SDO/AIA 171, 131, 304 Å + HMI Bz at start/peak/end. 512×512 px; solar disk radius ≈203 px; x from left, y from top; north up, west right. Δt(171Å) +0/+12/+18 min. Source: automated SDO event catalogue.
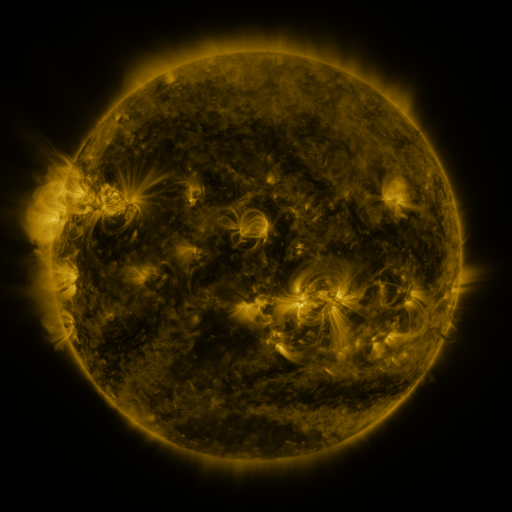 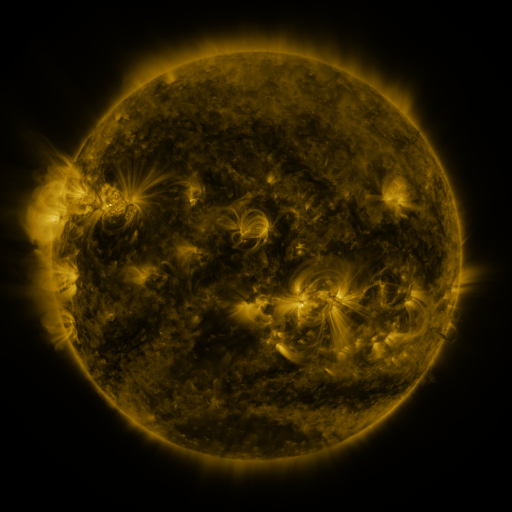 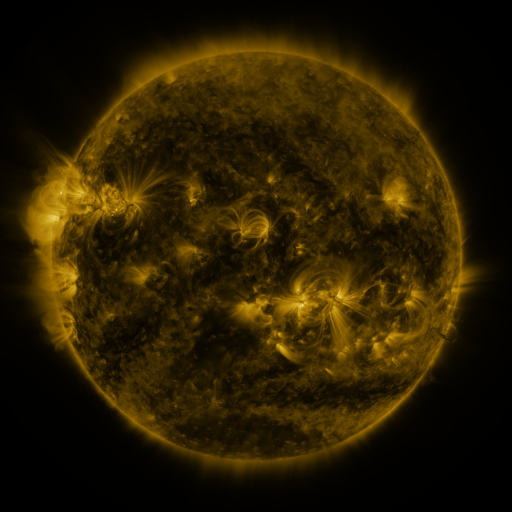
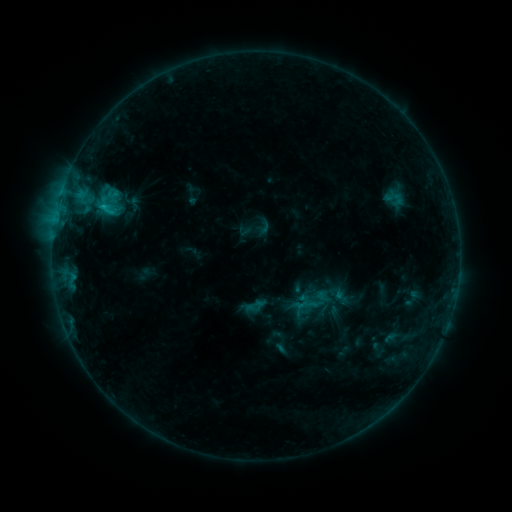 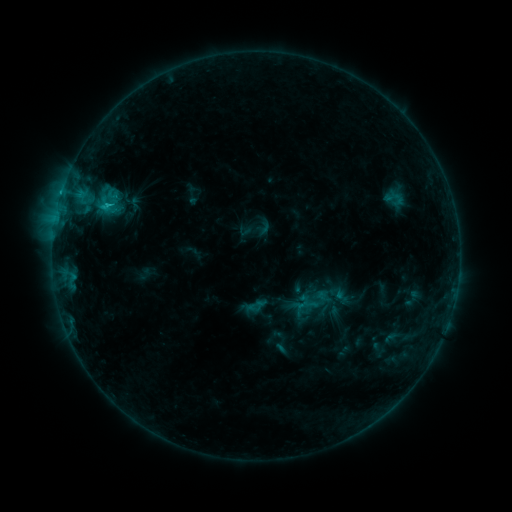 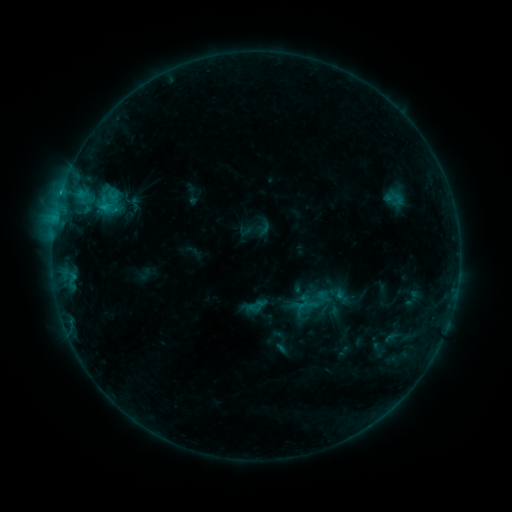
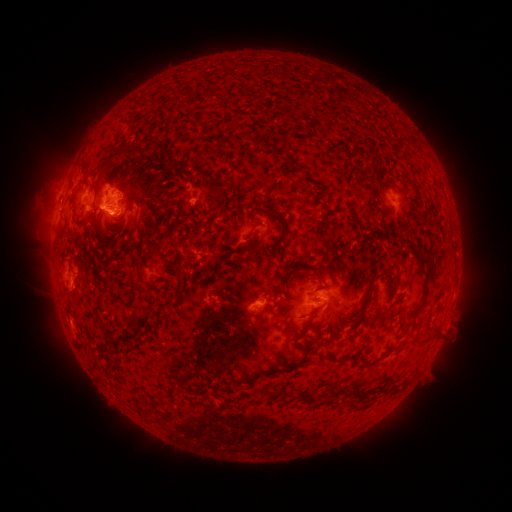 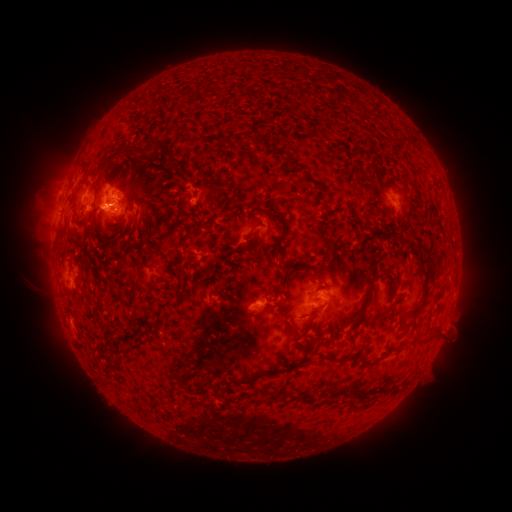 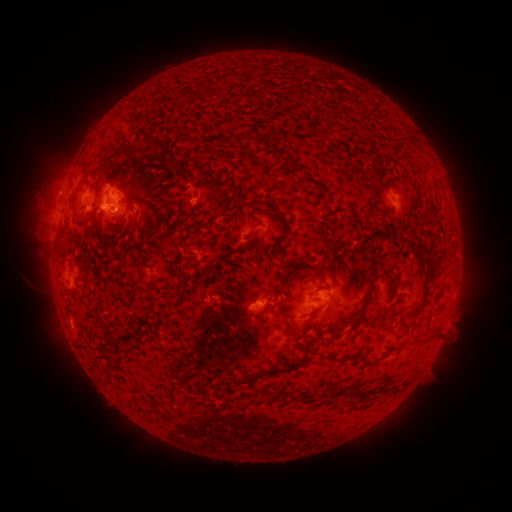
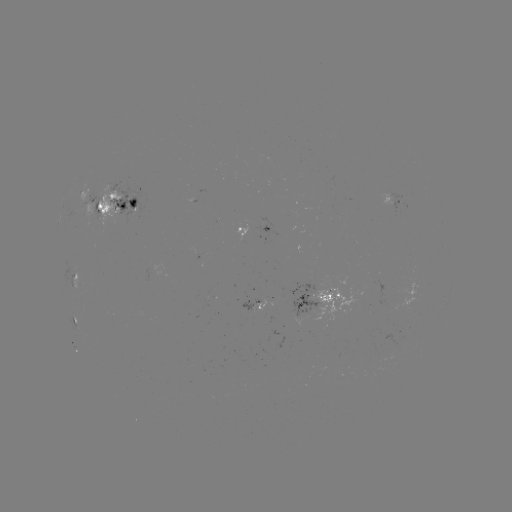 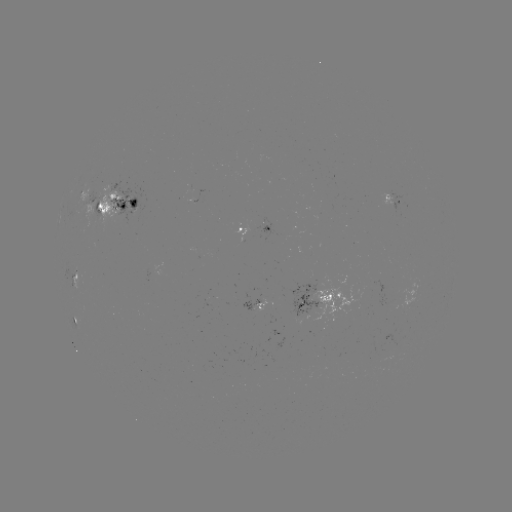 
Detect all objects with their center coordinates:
C1.0 flare: (112, 205)
